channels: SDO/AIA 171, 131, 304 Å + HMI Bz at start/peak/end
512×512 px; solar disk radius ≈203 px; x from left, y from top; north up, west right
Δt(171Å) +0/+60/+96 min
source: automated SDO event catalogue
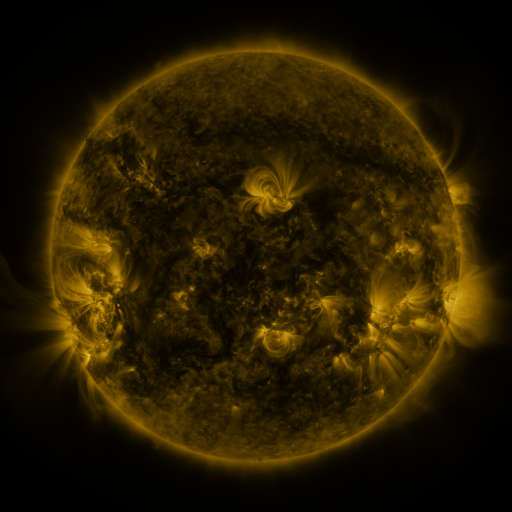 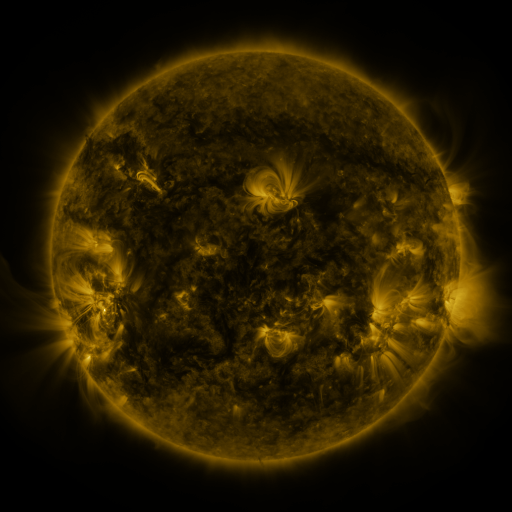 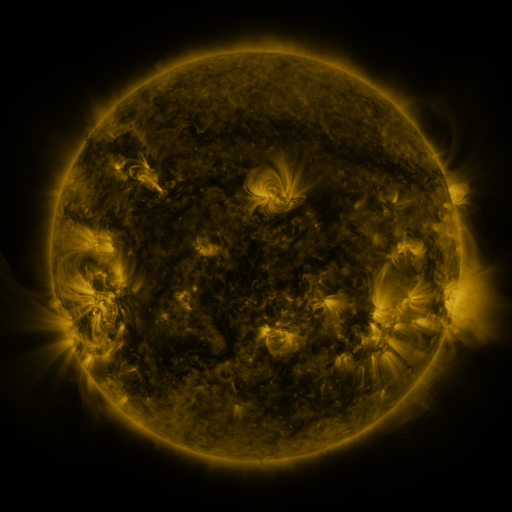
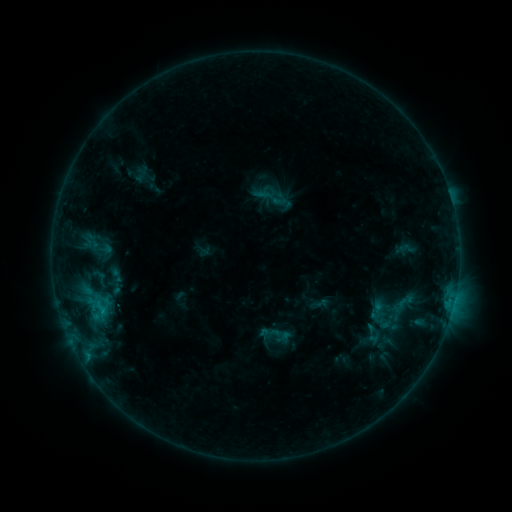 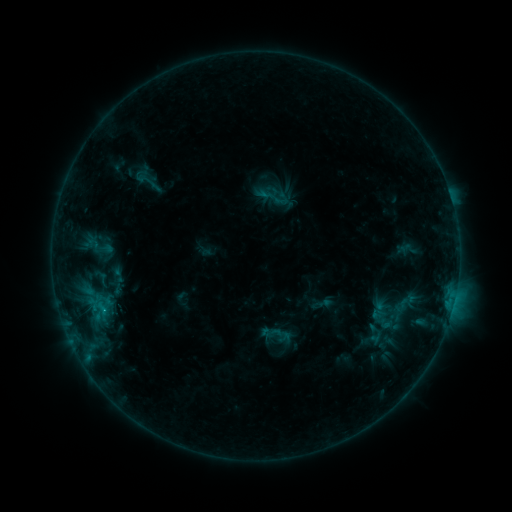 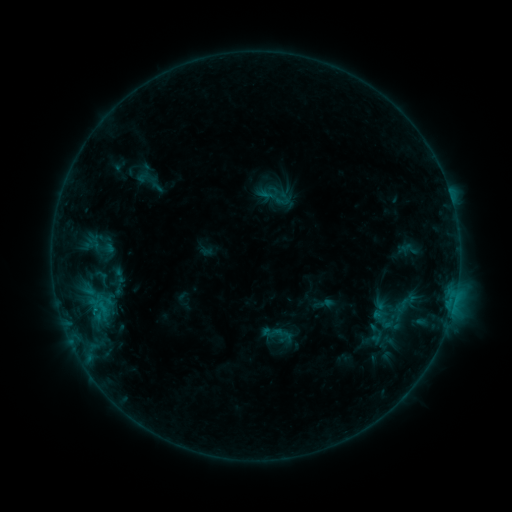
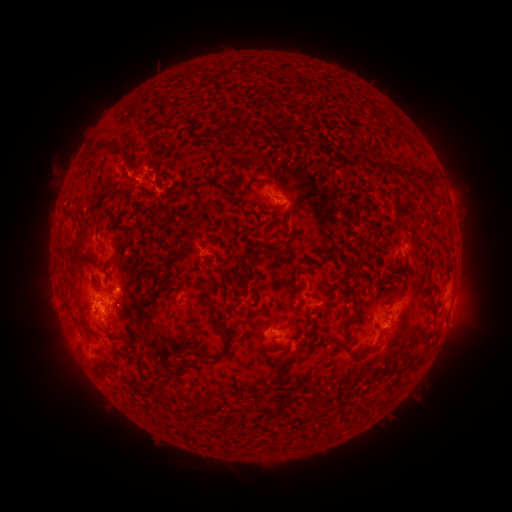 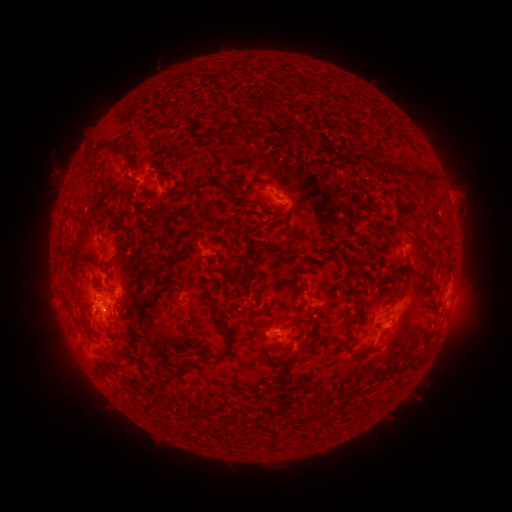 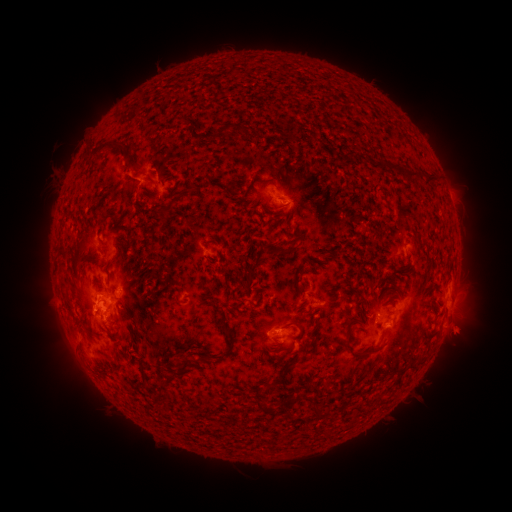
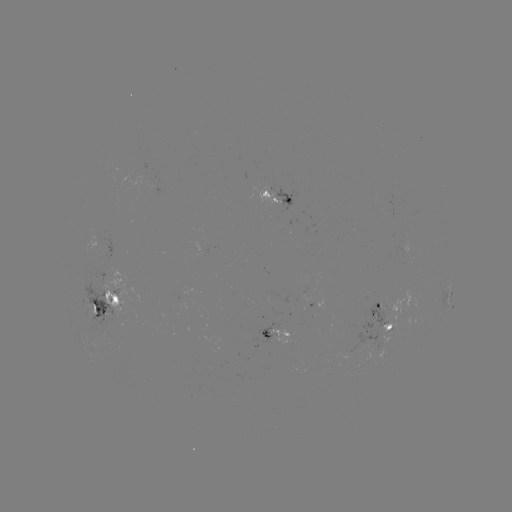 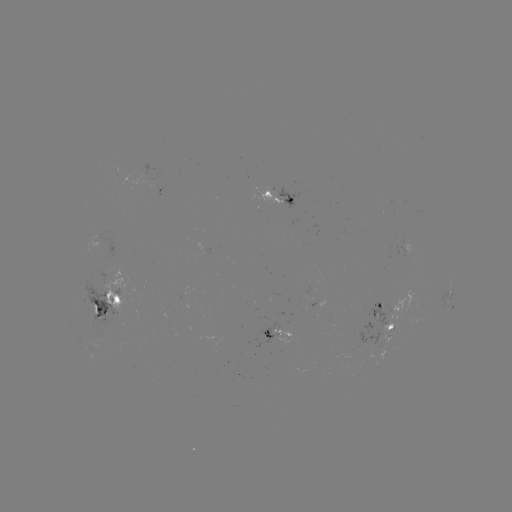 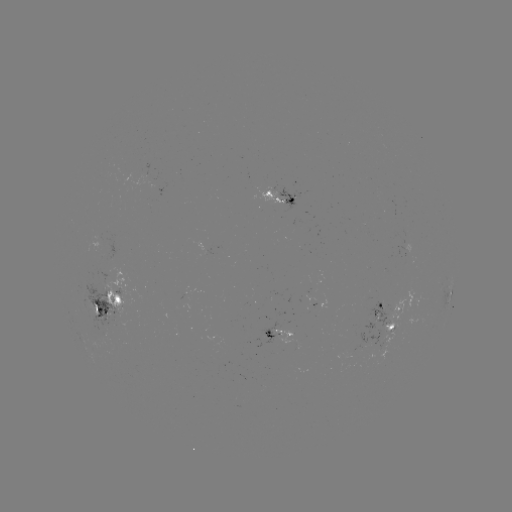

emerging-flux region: [357, 302, 388, 344]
